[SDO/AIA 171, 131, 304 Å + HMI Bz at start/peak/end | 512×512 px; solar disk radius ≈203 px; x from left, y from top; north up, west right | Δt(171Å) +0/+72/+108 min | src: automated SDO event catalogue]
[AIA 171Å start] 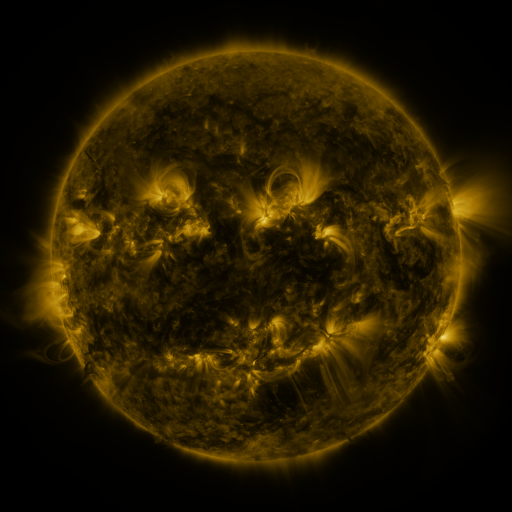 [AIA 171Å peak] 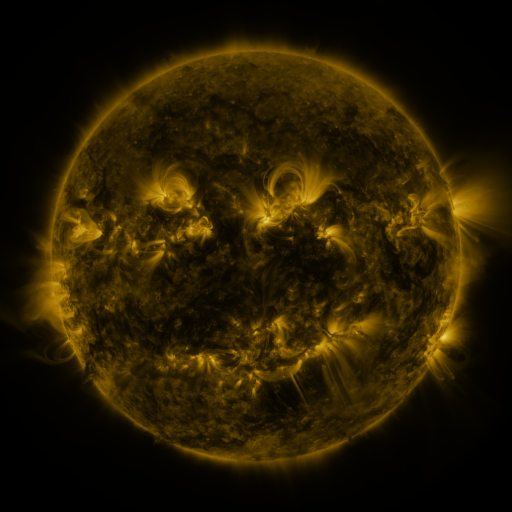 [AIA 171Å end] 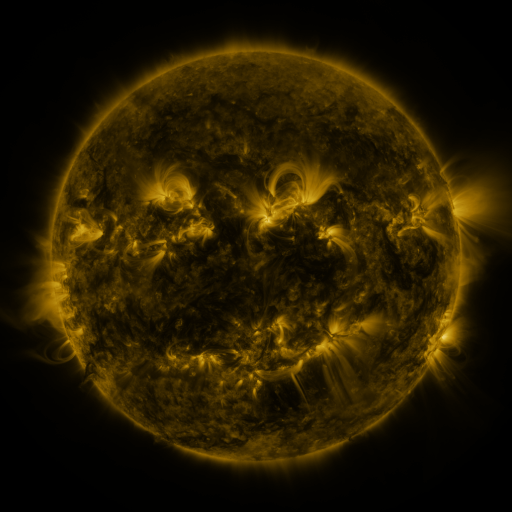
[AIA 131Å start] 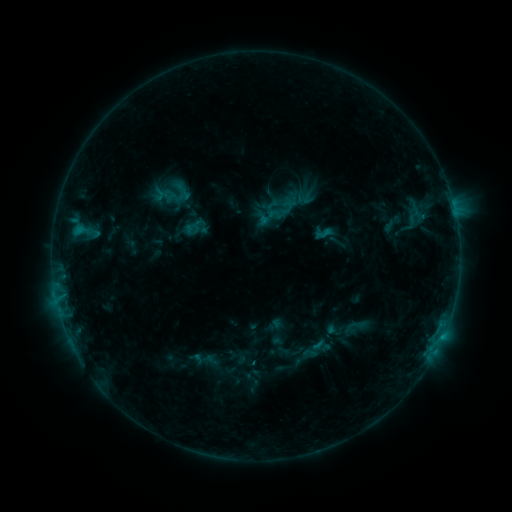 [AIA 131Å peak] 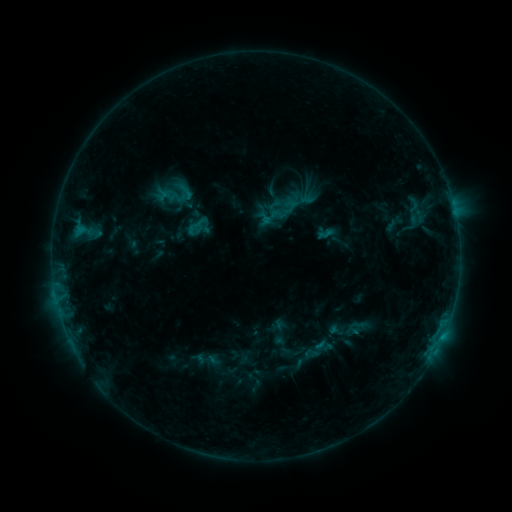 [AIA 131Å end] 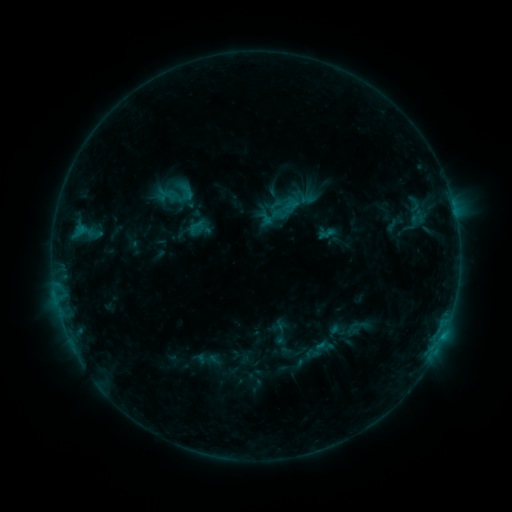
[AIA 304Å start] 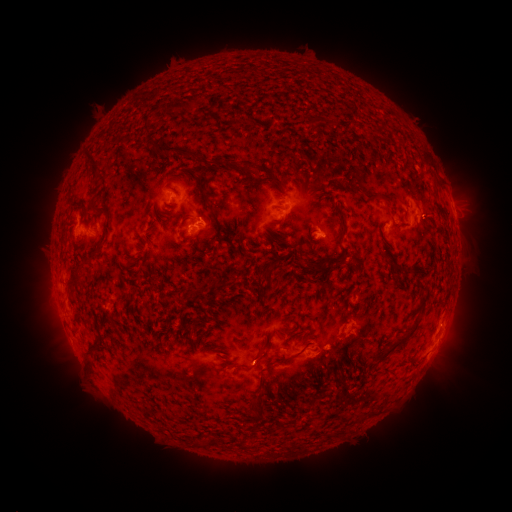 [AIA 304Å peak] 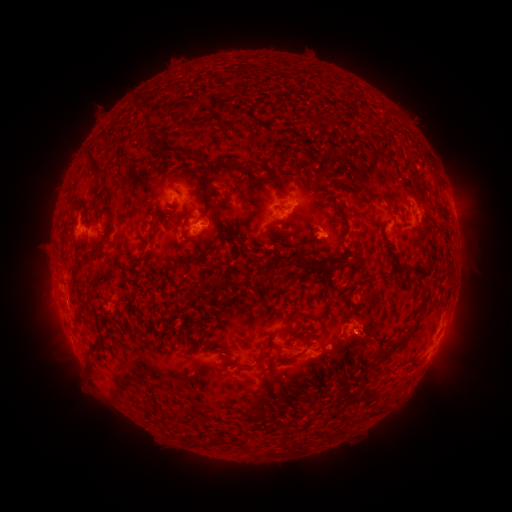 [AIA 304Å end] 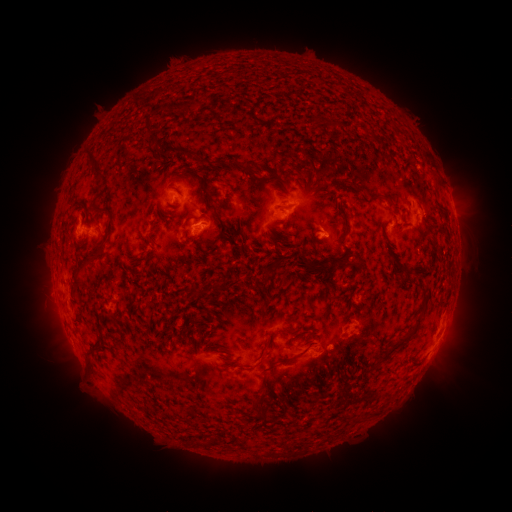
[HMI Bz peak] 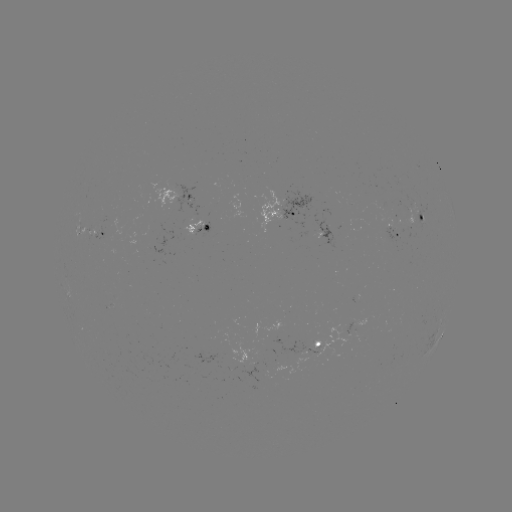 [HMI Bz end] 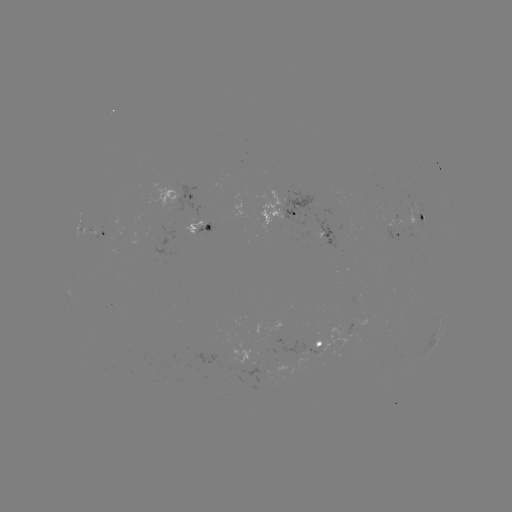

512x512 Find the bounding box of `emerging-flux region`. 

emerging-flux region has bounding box [405, 208, 421, 238].